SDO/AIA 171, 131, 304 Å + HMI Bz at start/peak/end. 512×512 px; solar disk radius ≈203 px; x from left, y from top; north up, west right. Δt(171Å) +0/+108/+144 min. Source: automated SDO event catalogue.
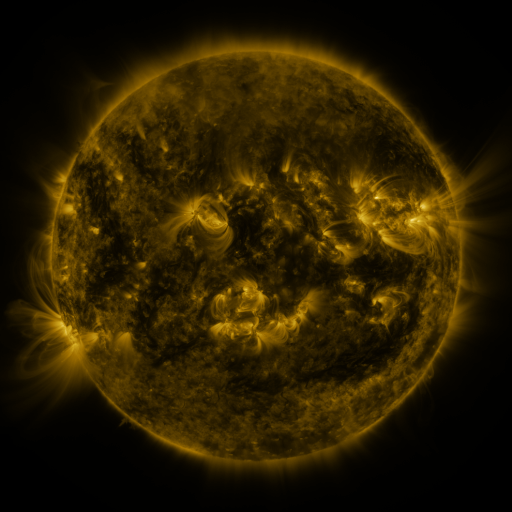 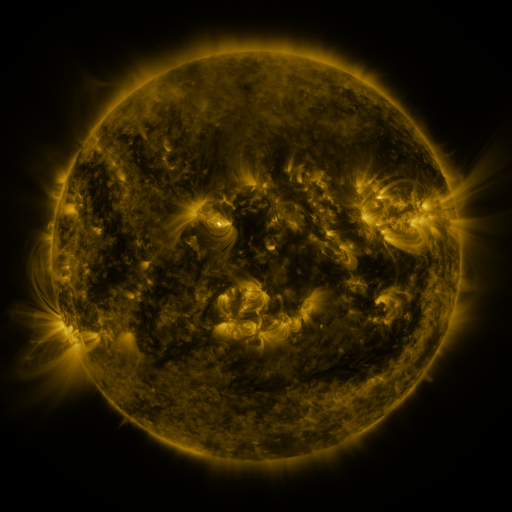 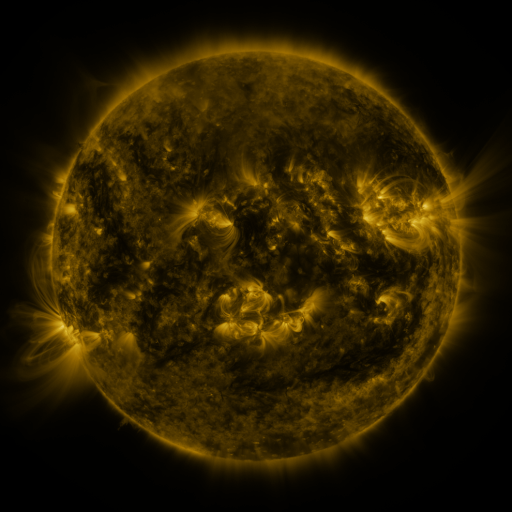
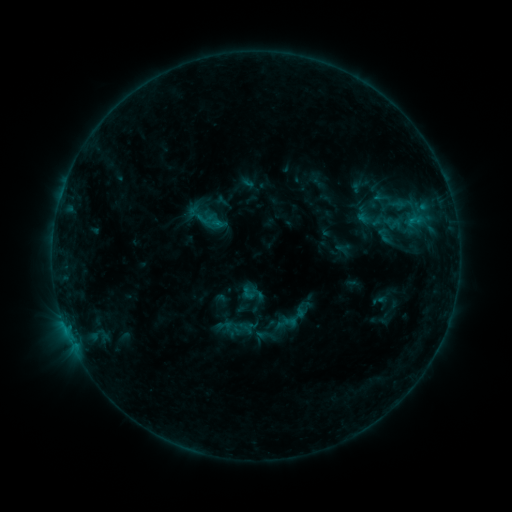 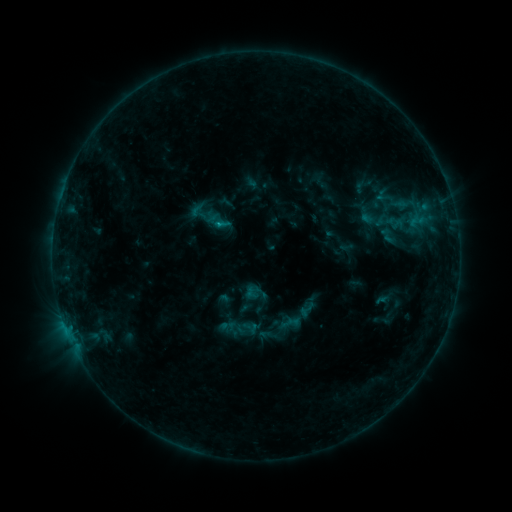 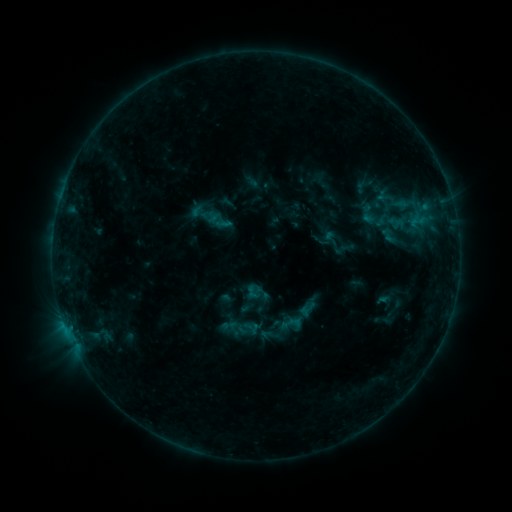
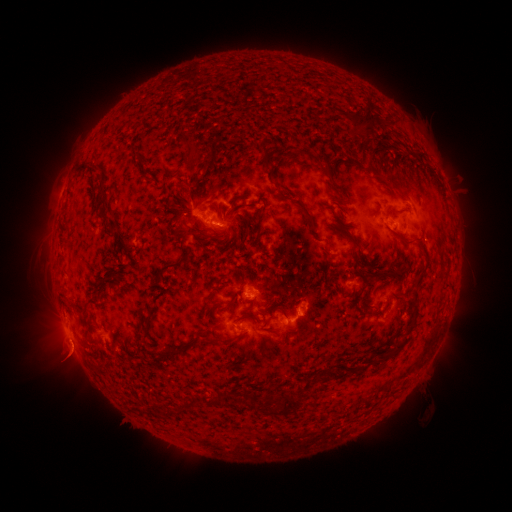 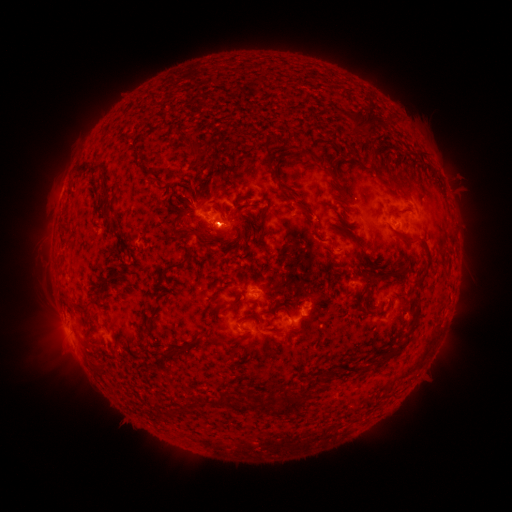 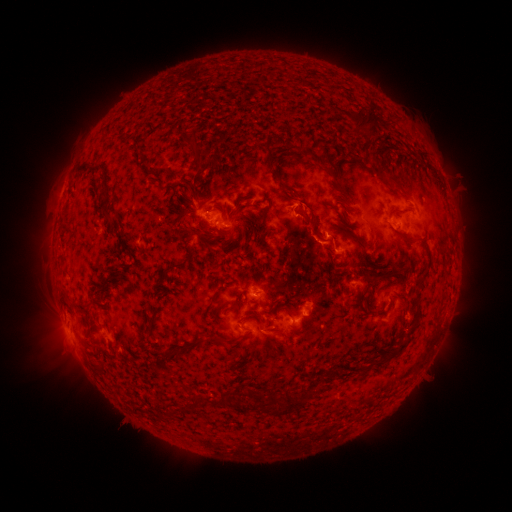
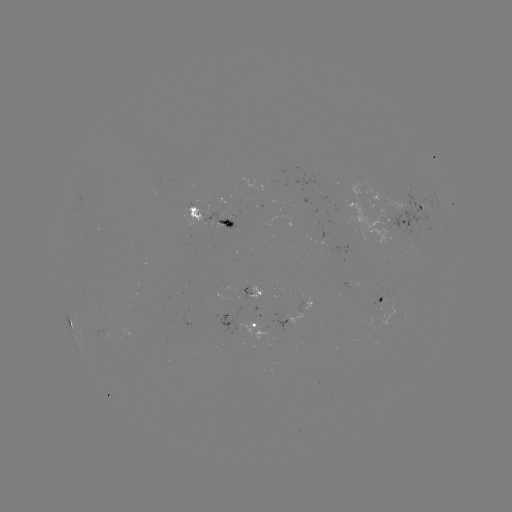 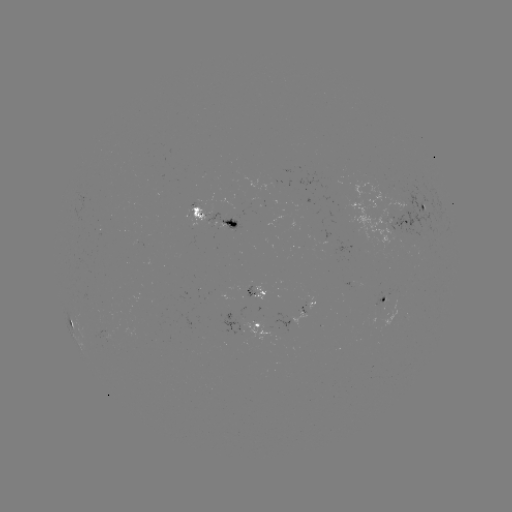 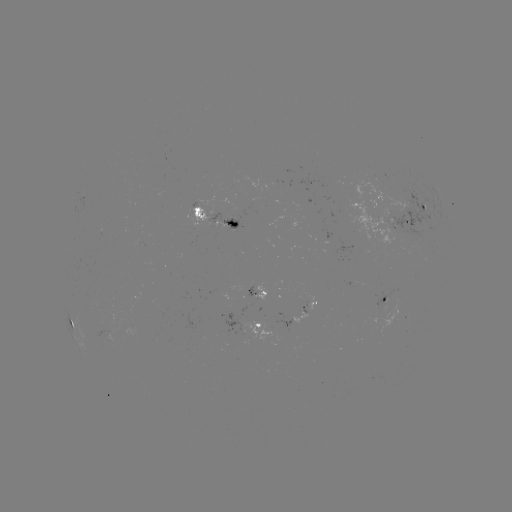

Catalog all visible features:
emerging-flux region: (107, 331)
